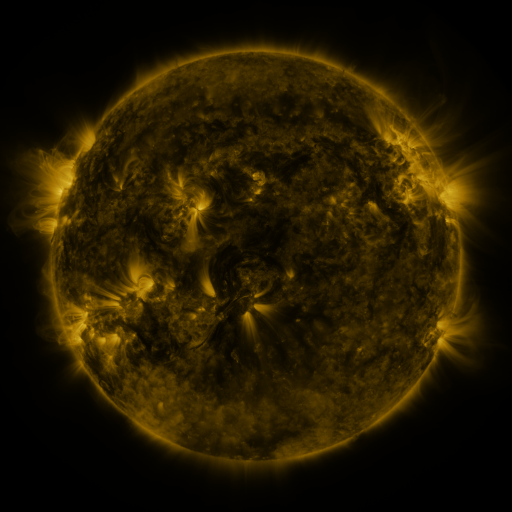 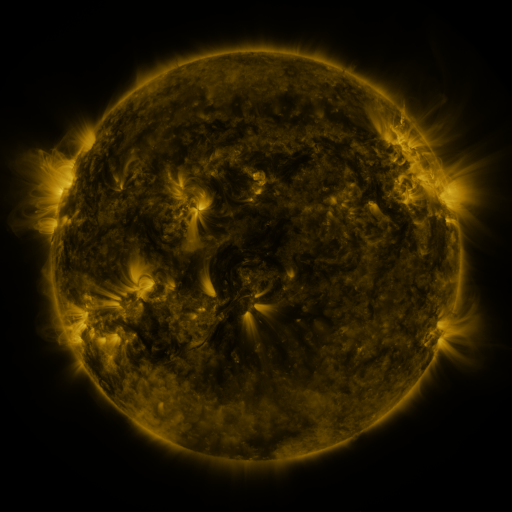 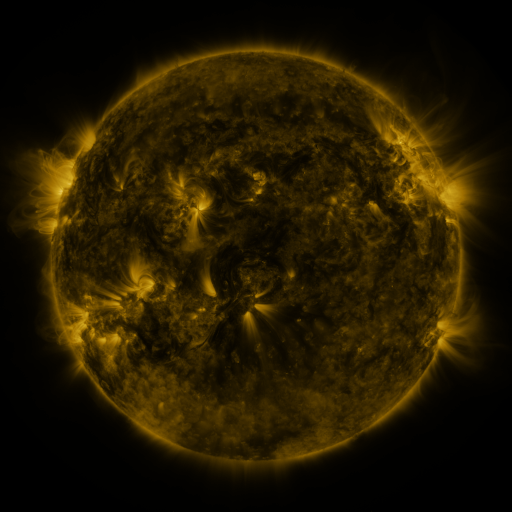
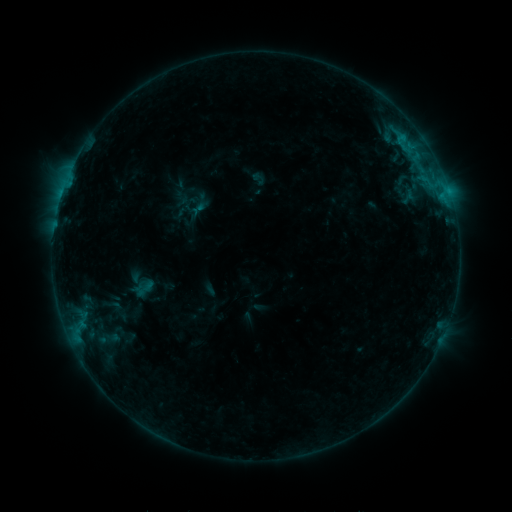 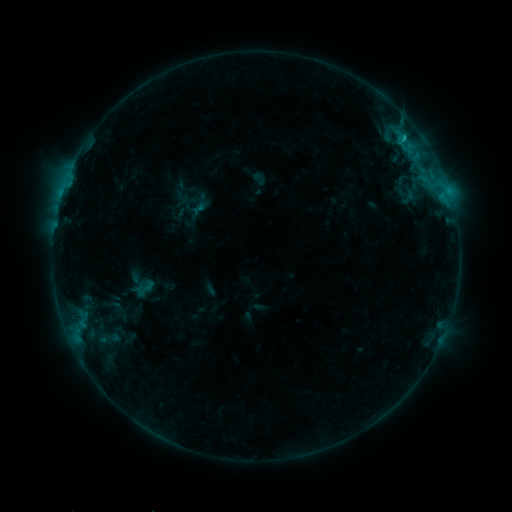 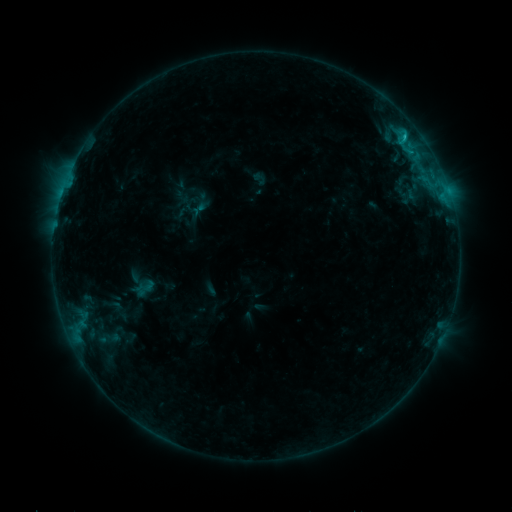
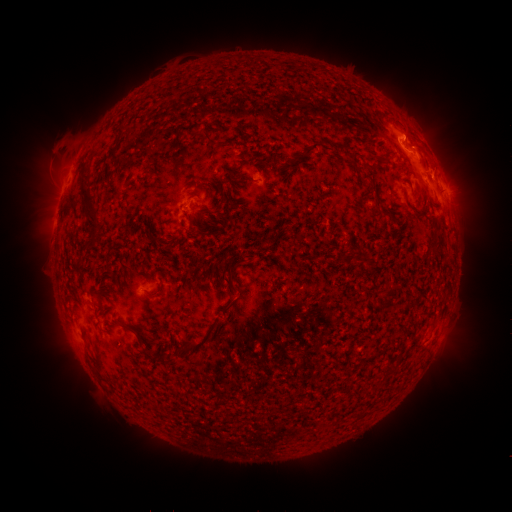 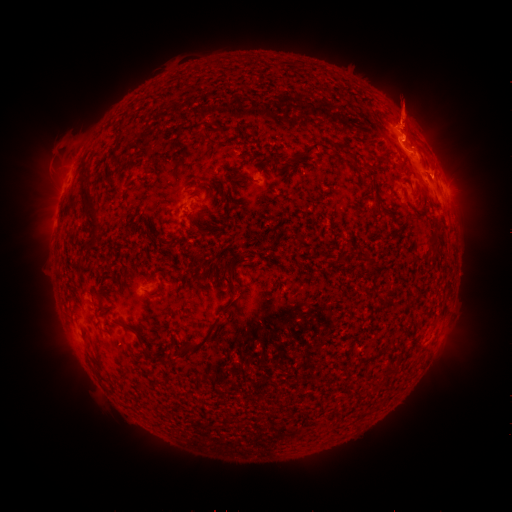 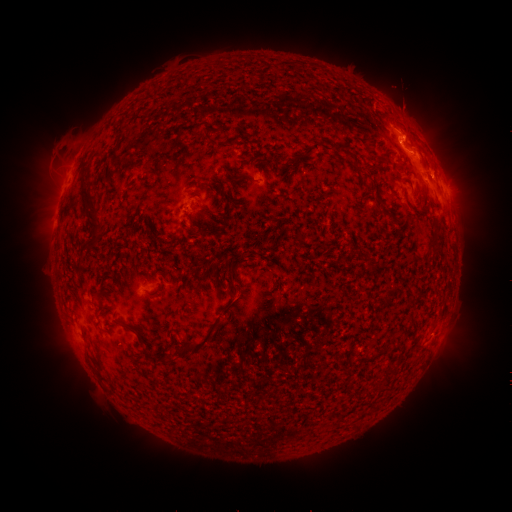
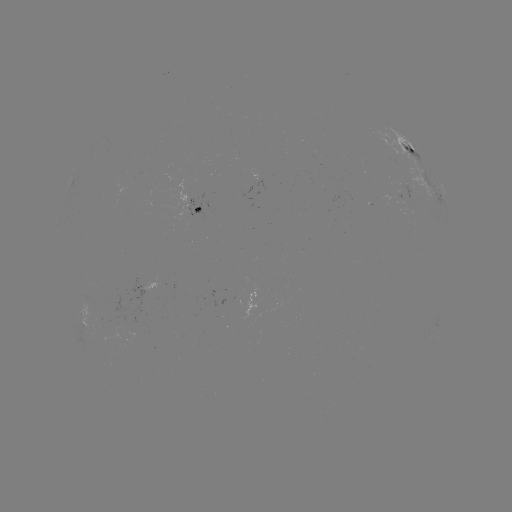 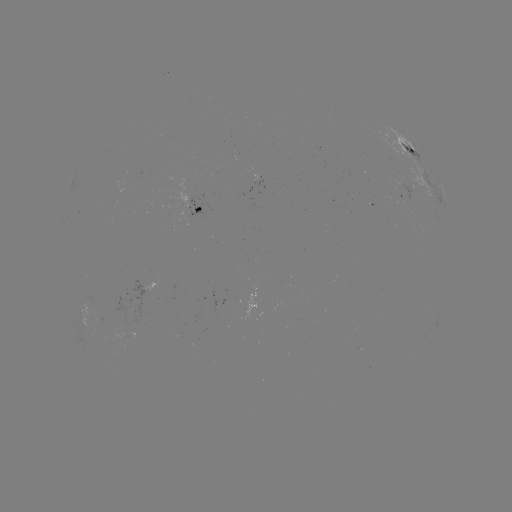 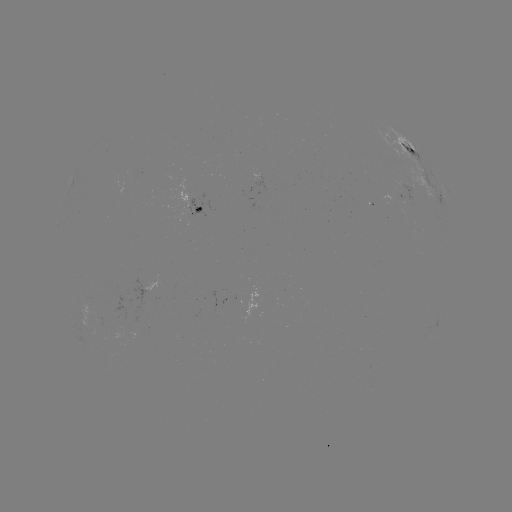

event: eruption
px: (406, 111)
